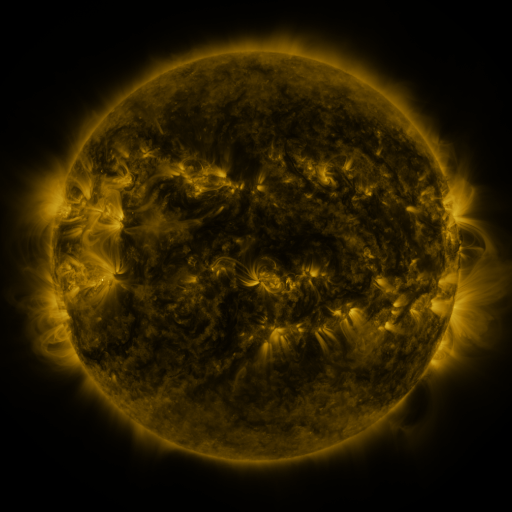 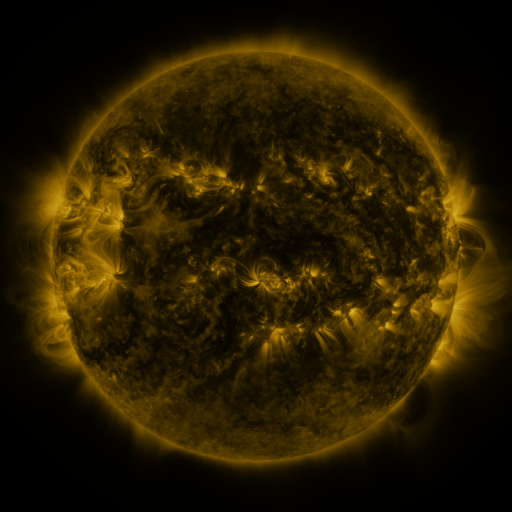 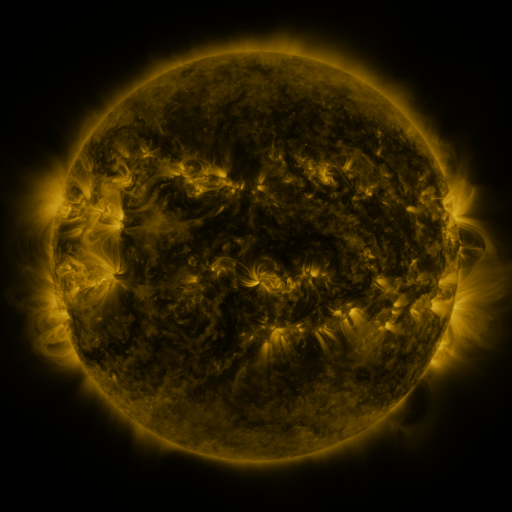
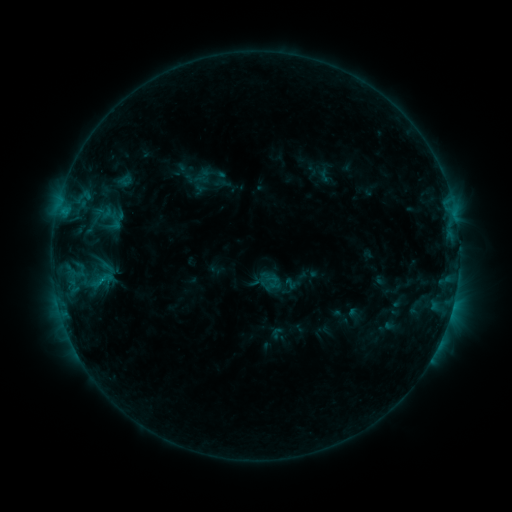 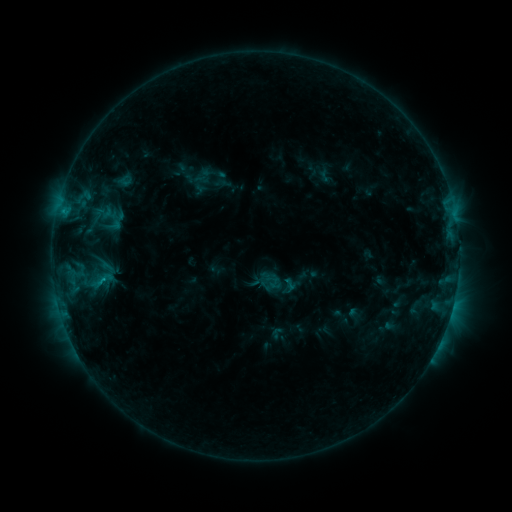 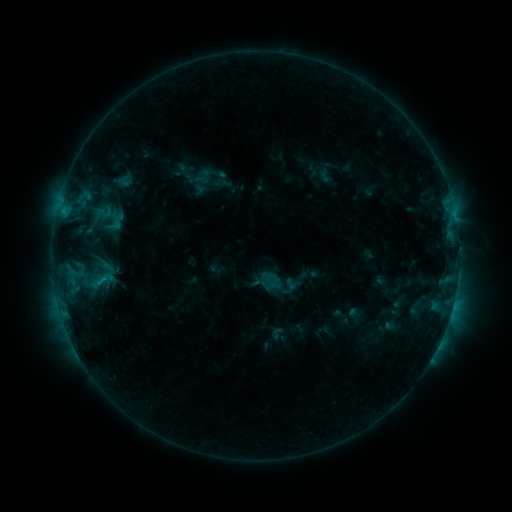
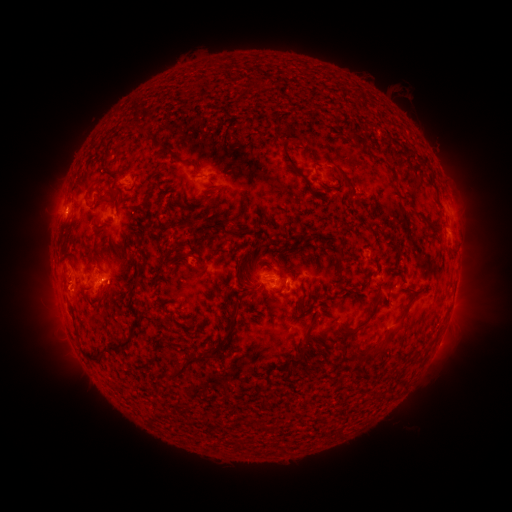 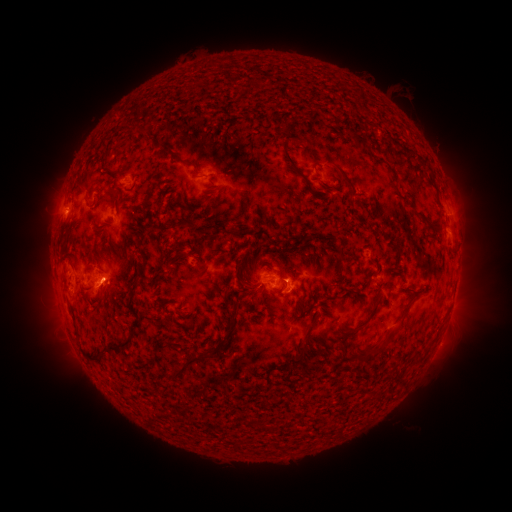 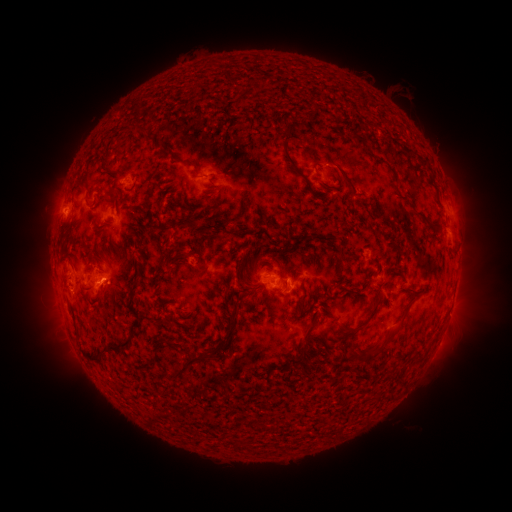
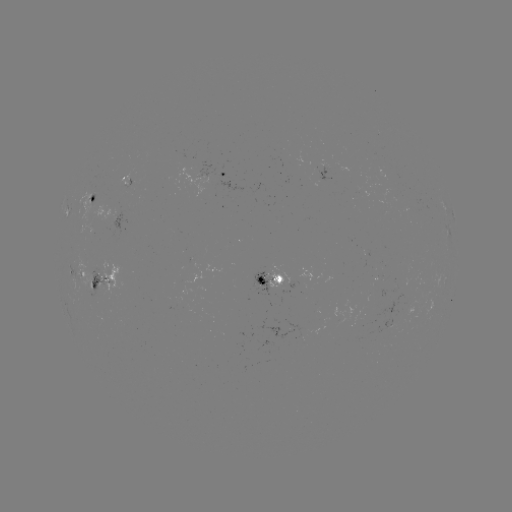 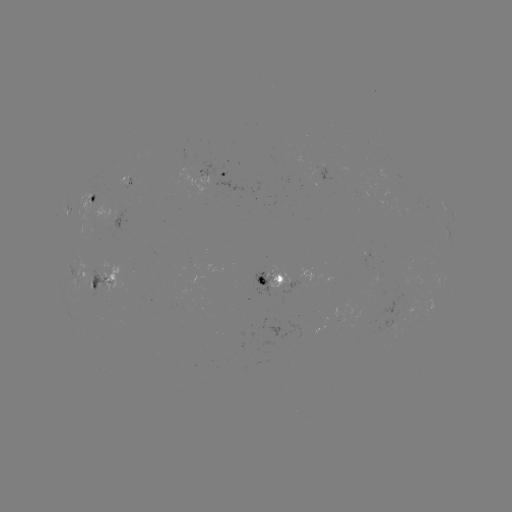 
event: flare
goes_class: C1.1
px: (283, 279)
